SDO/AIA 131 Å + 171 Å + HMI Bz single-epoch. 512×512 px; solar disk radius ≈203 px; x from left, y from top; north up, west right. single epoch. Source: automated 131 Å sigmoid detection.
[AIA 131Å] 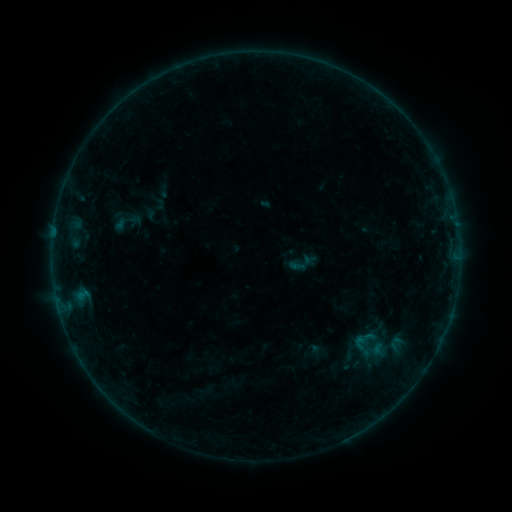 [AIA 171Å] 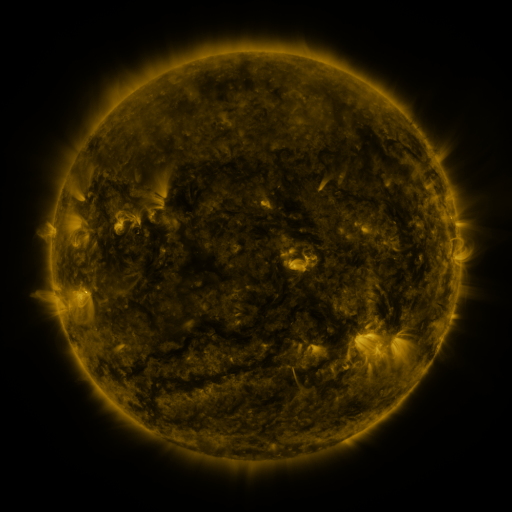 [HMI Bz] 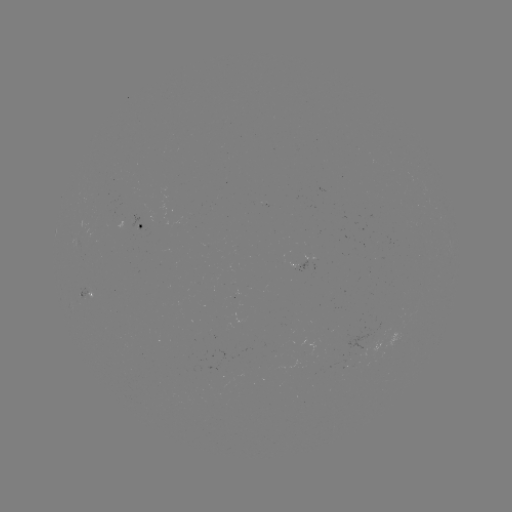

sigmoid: (357, 329, 376, 348)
